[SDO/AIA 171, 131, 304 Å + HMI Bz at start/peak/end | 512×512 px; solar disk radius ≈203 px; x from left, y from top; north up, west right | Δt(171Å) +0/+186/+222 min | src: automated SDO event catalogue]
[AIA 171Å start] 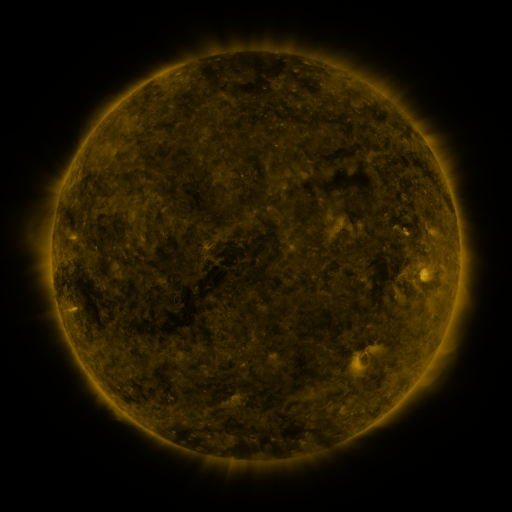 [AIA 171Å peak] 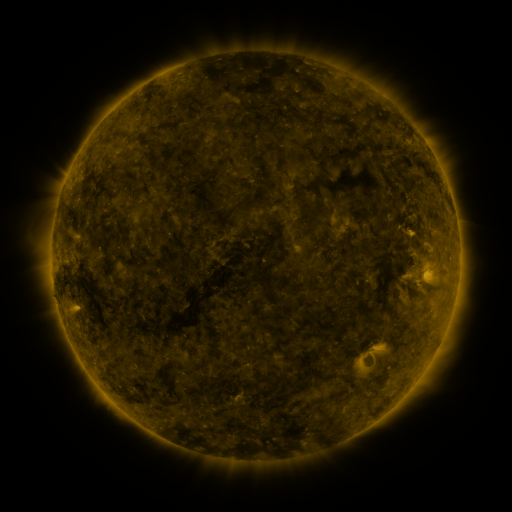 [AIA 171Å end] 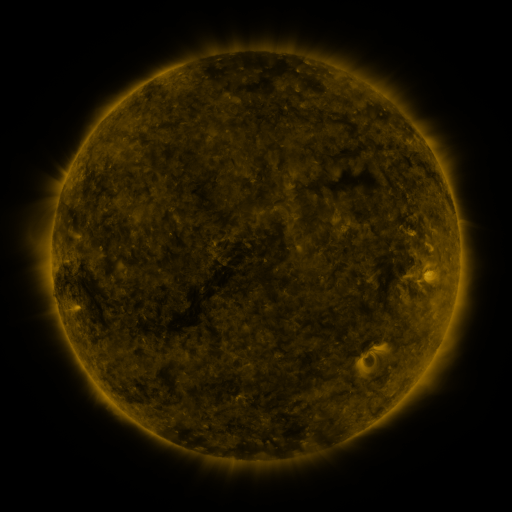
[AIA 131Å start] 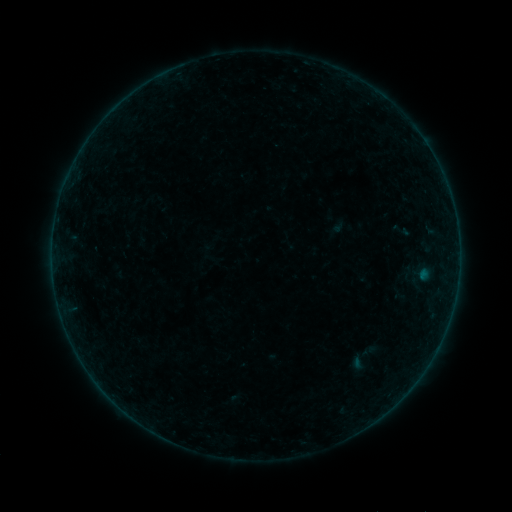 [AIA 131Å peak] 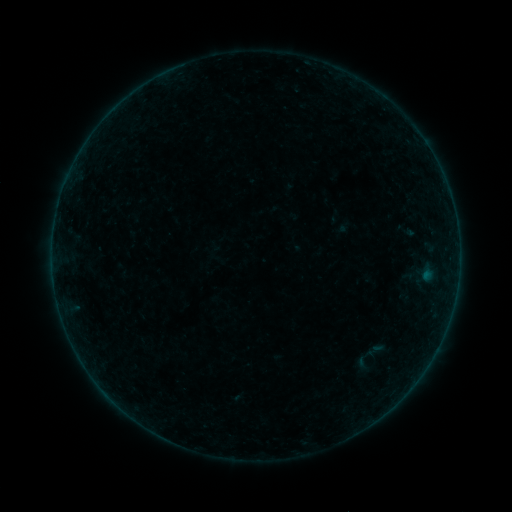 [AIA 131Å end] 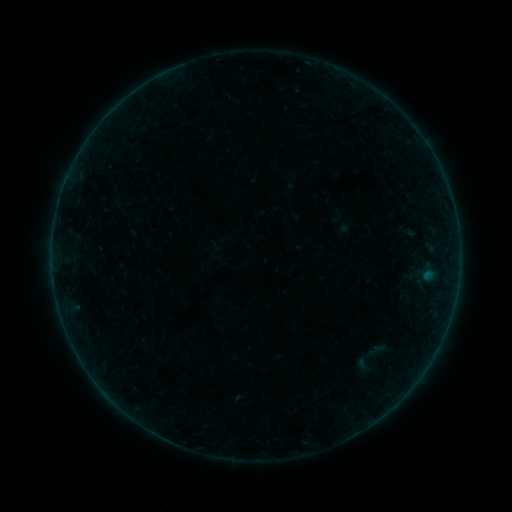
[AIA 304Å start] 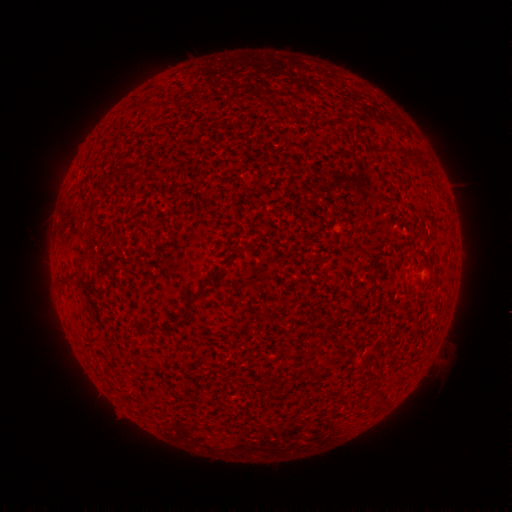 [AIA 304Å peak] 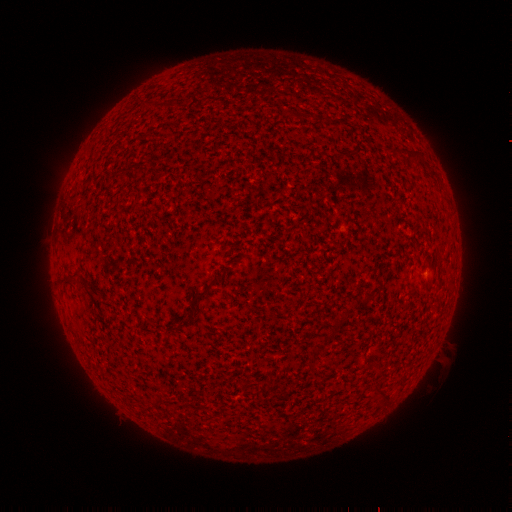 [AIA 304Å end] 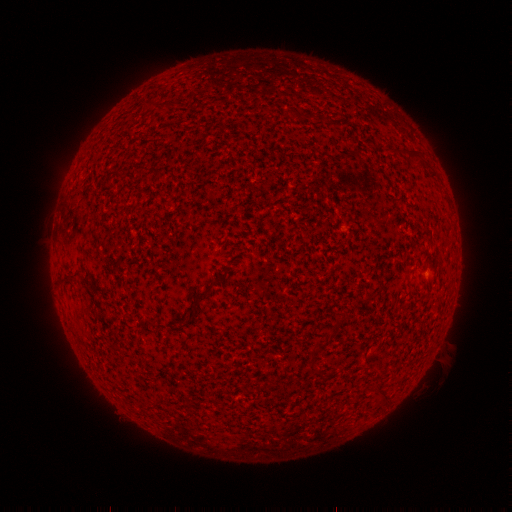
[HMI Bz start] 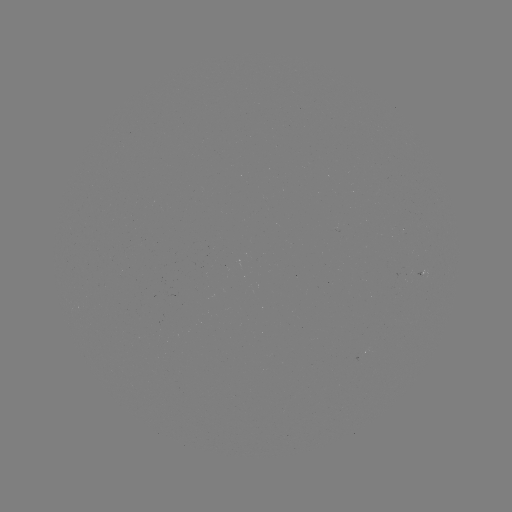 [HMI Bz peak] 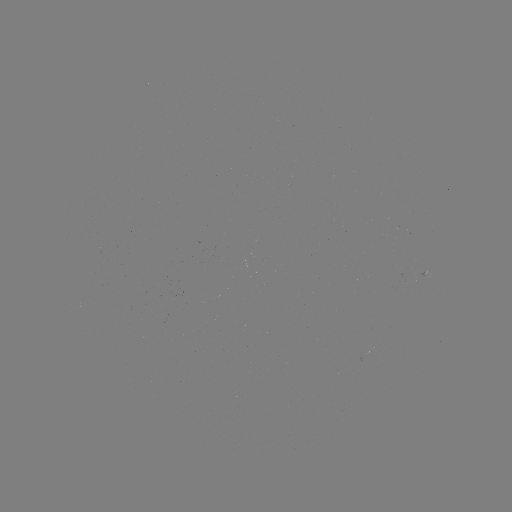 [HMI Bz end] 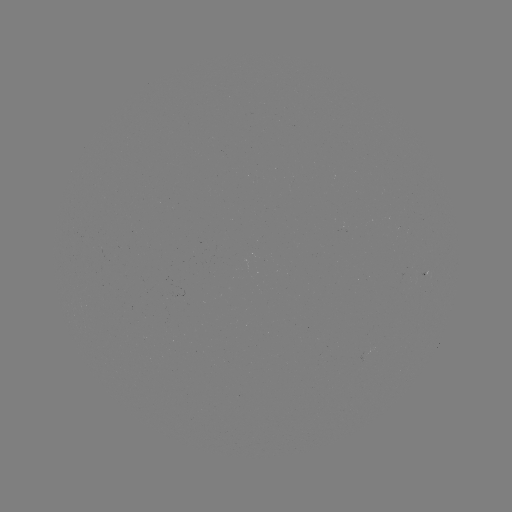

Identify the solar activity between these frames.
emerging-flux region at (100, 251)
